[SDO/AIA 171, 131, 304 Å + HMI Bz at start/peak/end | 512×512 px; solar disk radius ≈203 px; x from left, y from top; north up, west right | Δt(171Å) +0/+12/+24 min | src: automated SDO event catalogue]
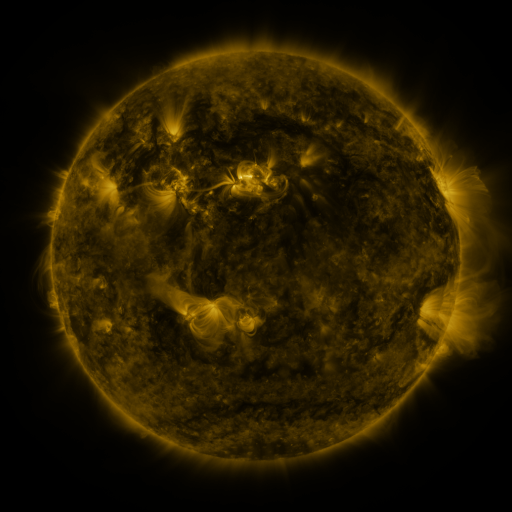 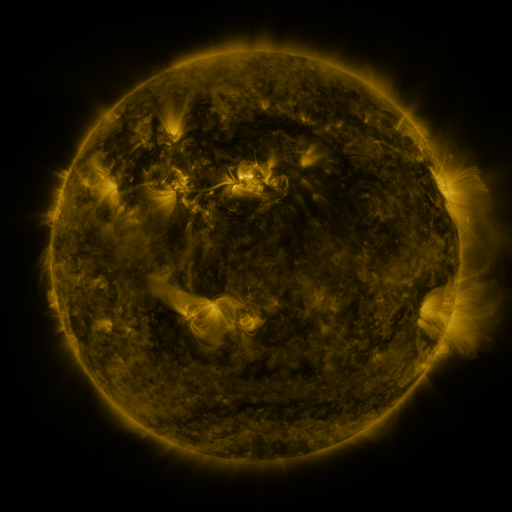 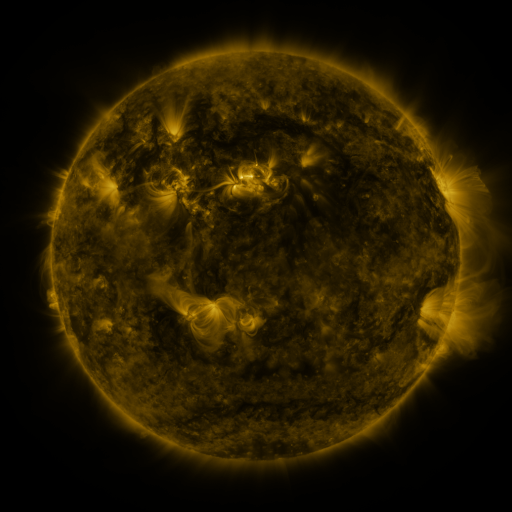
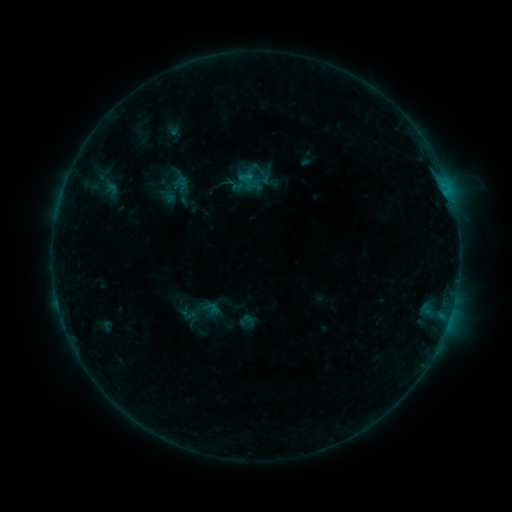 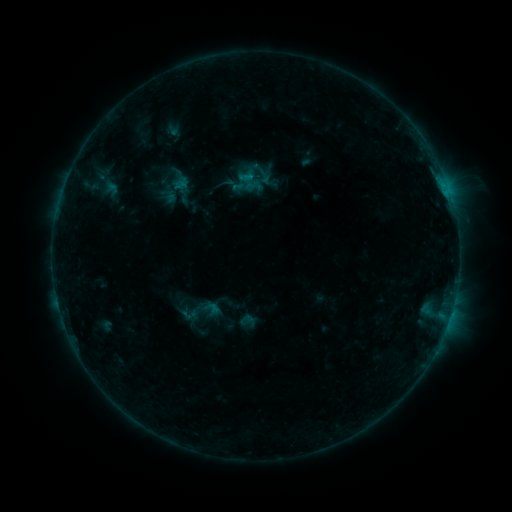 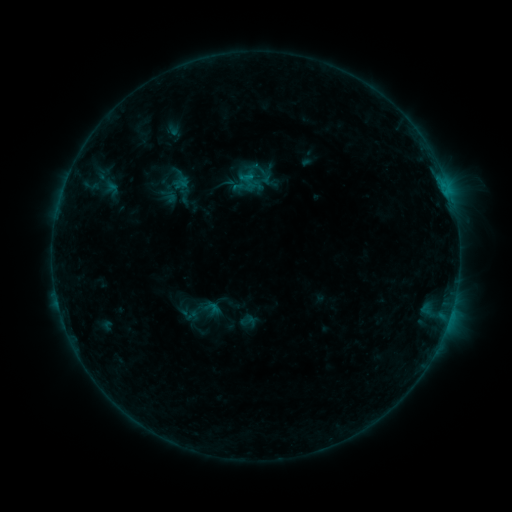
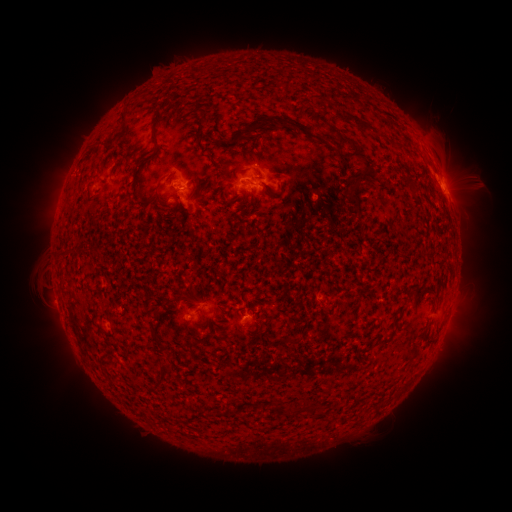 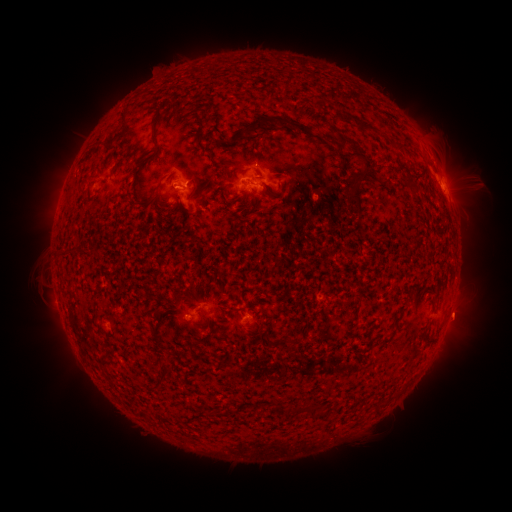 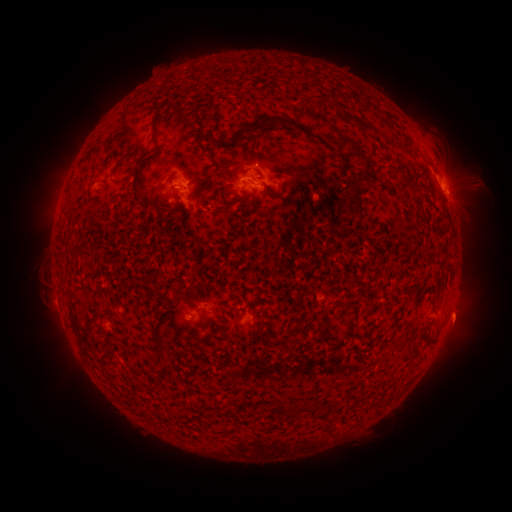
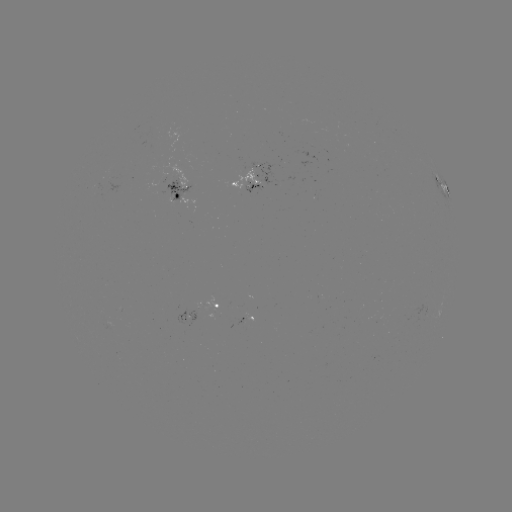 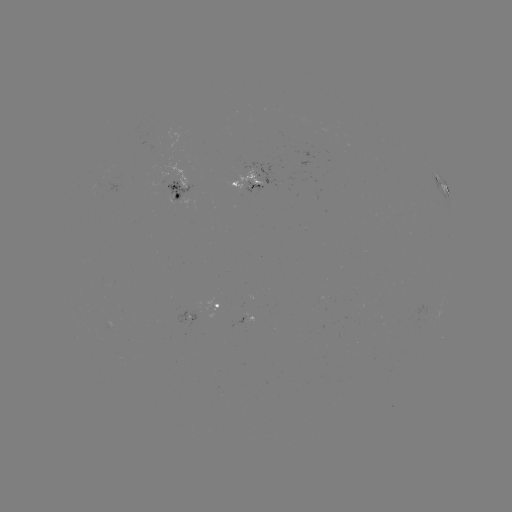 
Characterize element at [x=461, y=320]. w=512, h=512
eruption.